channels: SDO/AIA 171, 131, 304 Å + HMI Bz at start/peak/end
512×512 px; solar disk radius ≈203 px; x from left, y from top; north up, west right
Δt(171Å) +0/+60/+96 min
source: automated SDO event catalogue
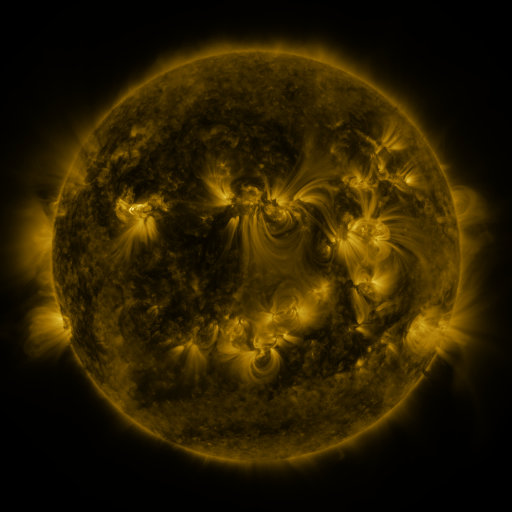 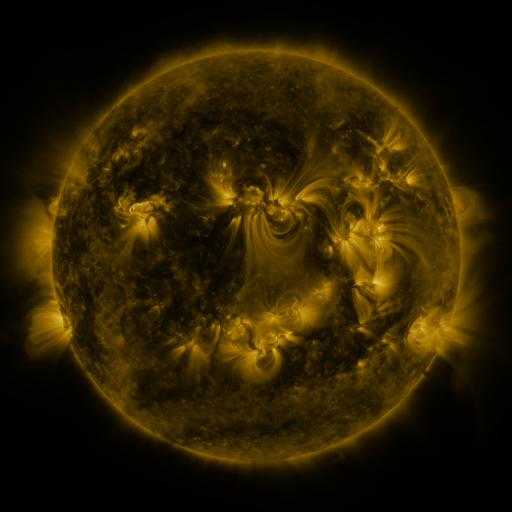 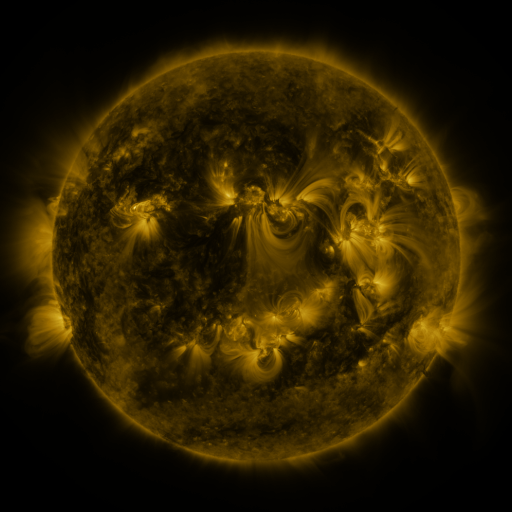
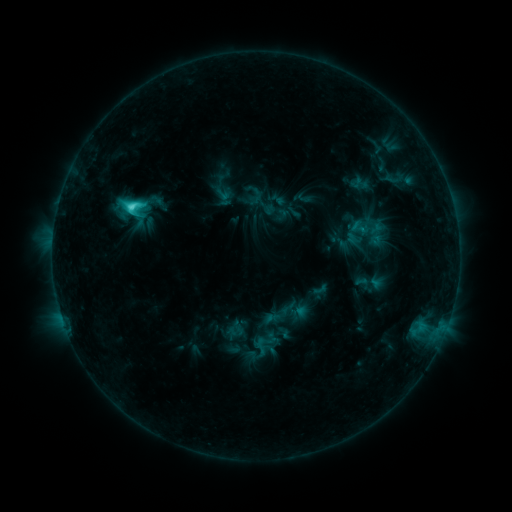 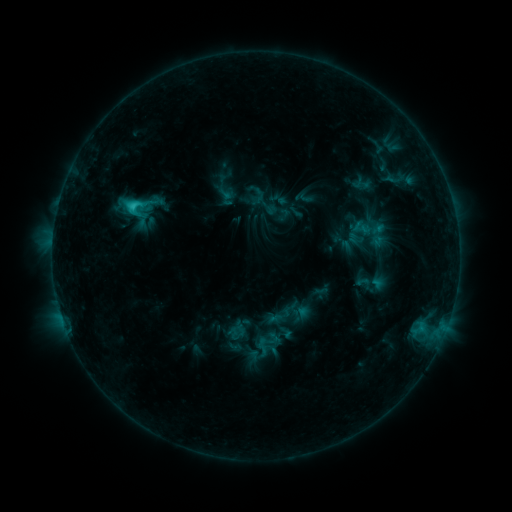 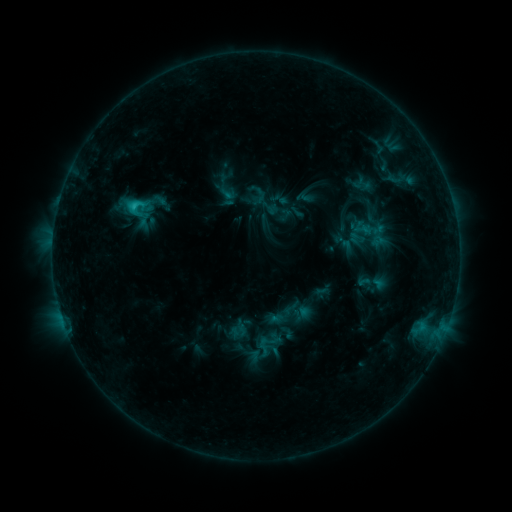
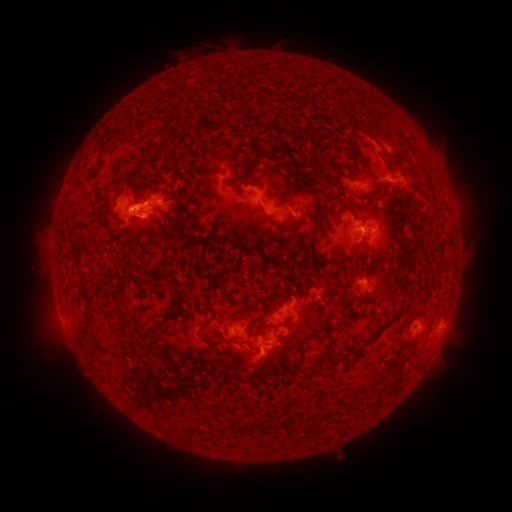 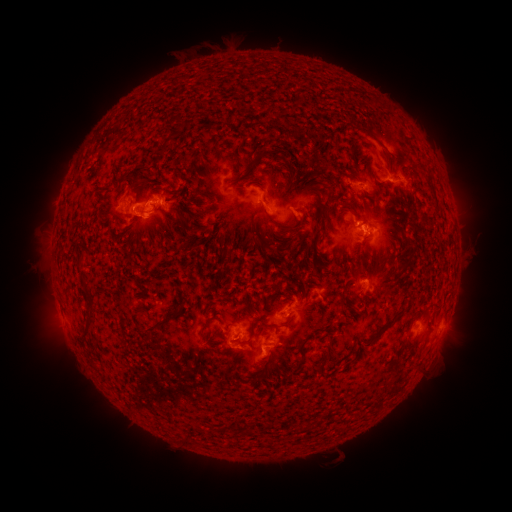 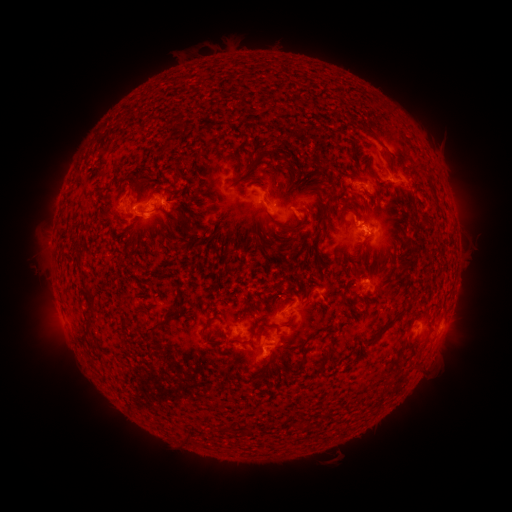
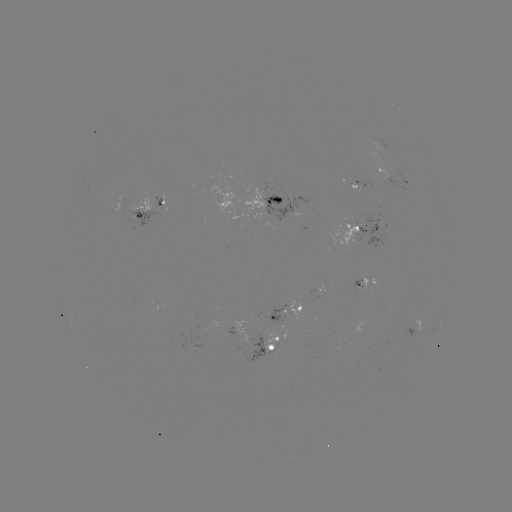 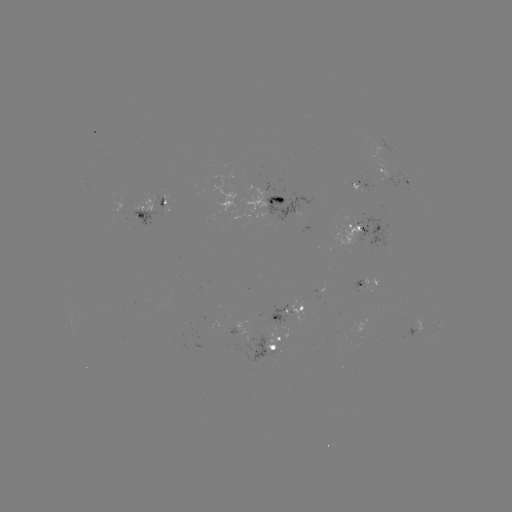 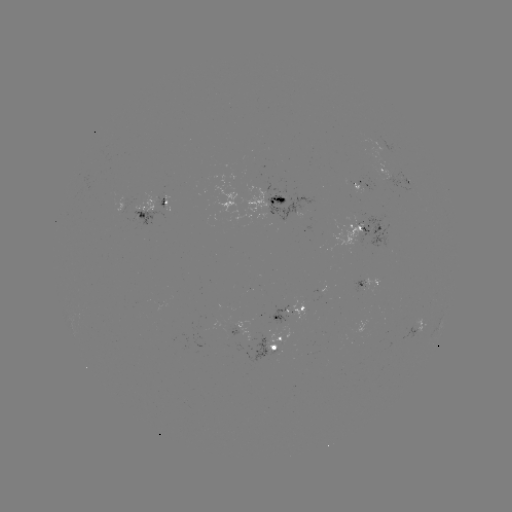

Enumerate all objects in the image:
emerging-flux region: (355, 188)
